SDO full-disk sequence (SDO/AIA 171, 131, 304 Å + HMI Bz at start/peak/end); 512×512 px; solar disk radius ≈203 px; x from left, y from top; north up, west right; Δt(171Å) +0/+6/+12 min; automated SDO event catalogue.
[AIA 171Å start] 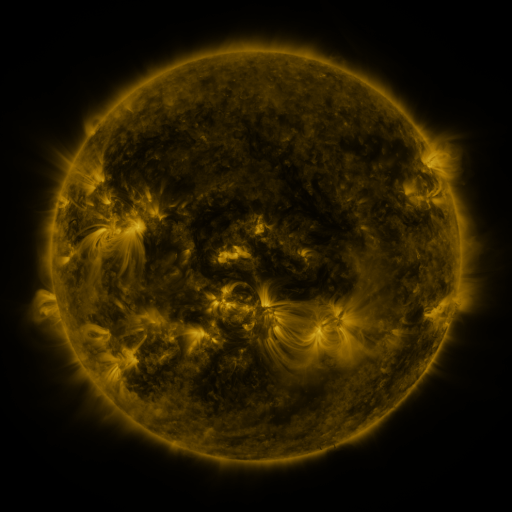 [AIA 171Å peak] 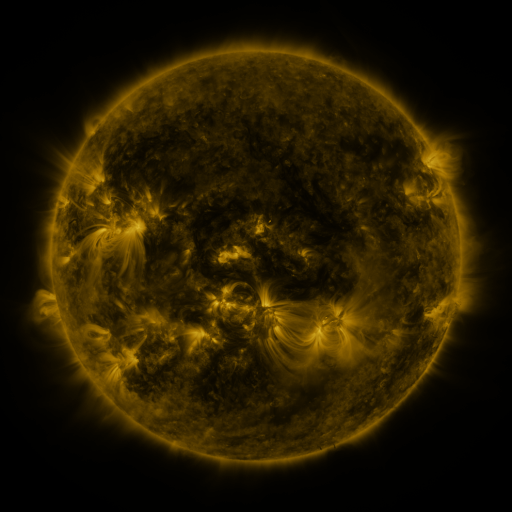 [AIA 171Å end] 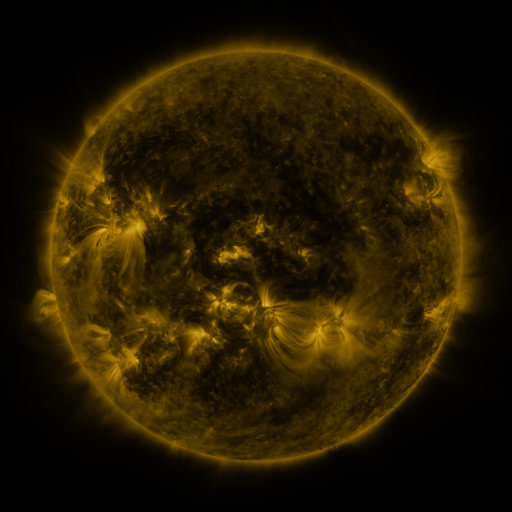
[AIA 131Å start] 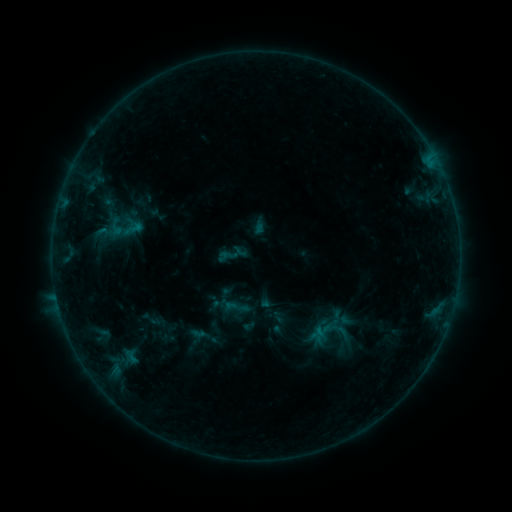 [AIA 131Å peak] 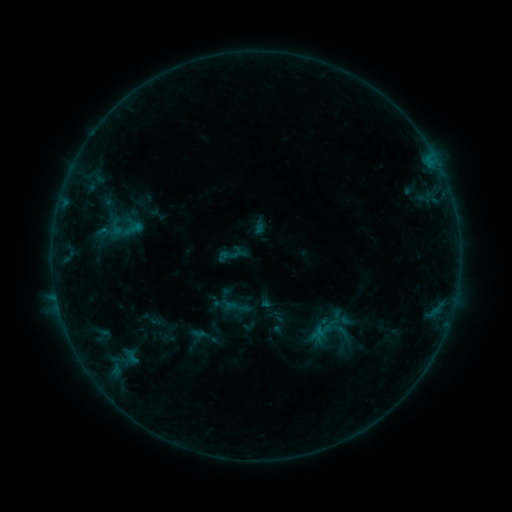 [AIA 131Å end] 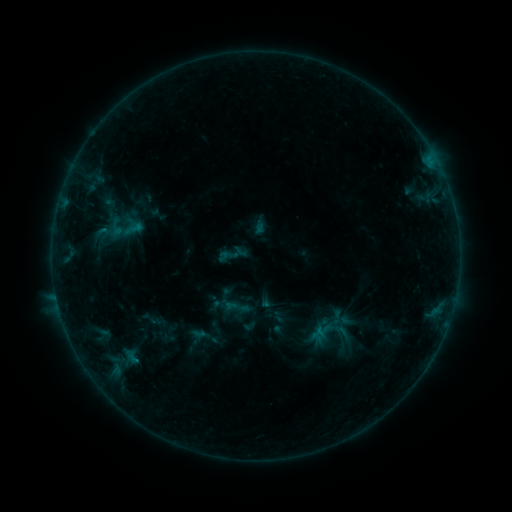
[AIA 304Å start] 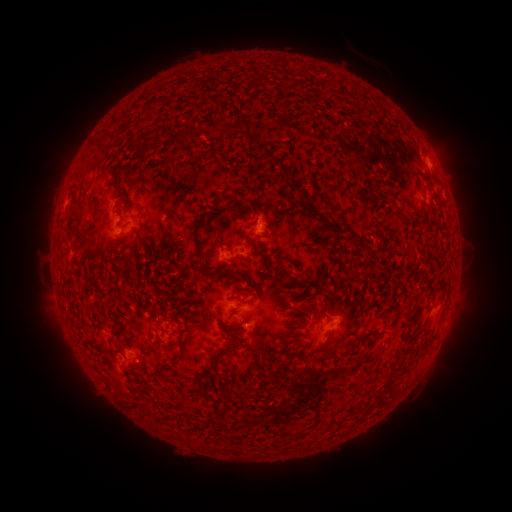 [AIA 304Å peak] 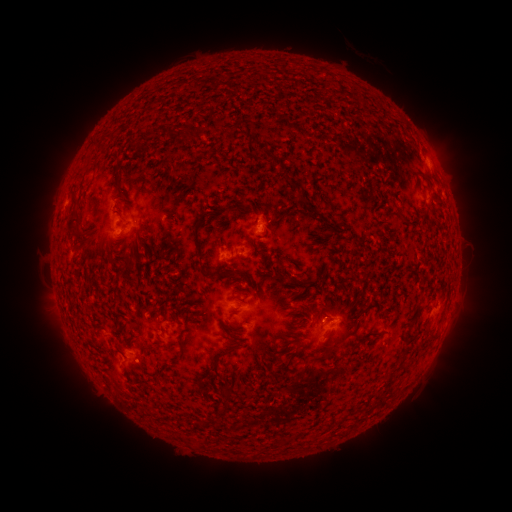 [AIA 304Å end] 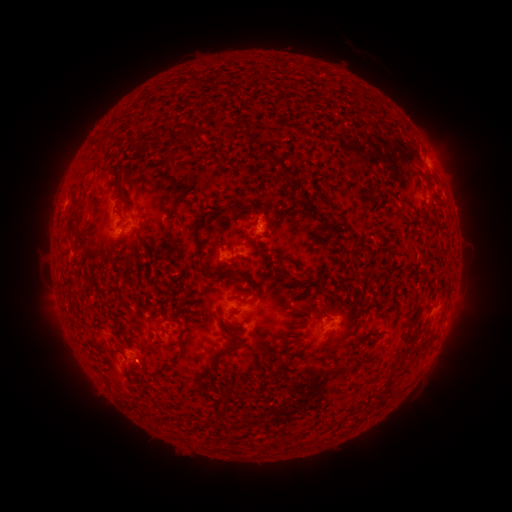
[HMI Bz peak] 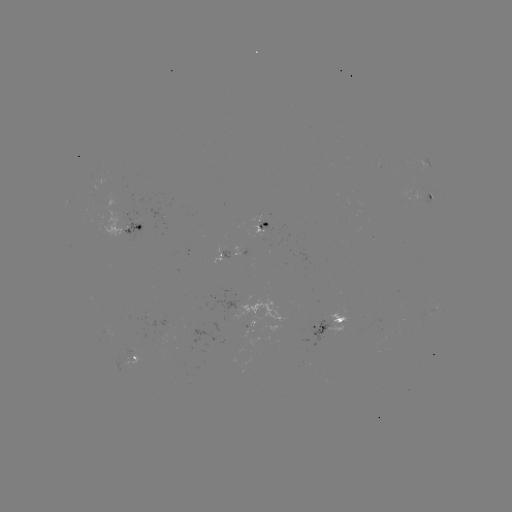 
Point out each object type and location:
B3.6 flare: (138, 359)
